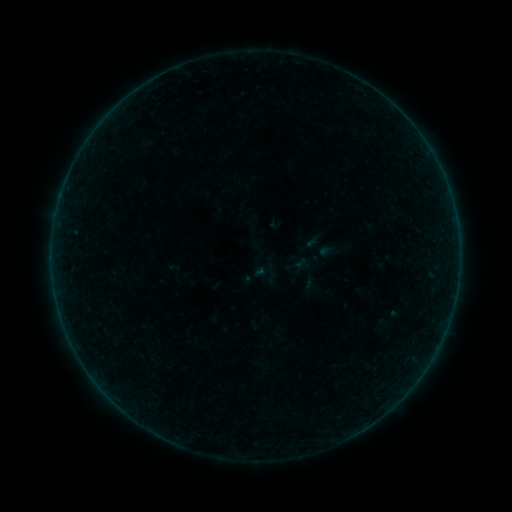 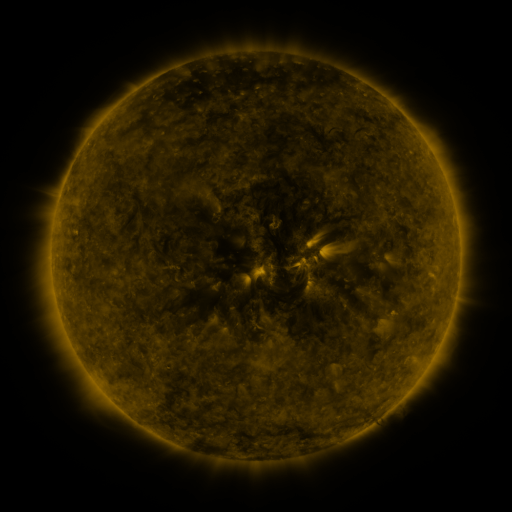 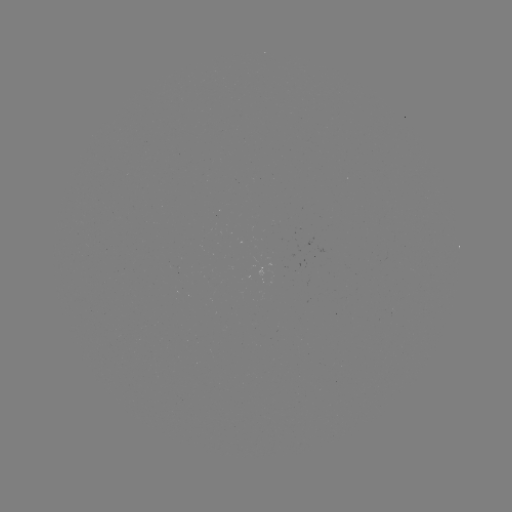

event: sigmoid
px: (272, 270)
